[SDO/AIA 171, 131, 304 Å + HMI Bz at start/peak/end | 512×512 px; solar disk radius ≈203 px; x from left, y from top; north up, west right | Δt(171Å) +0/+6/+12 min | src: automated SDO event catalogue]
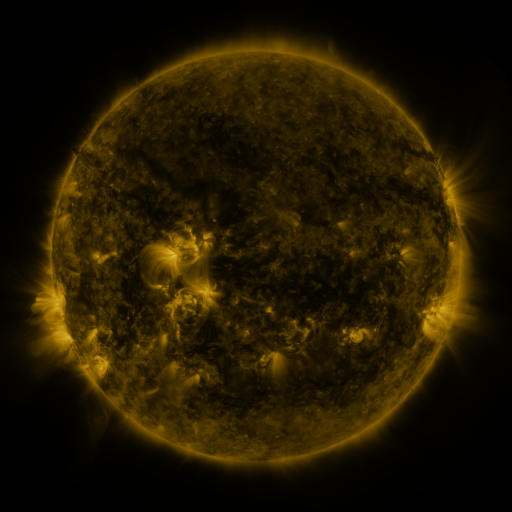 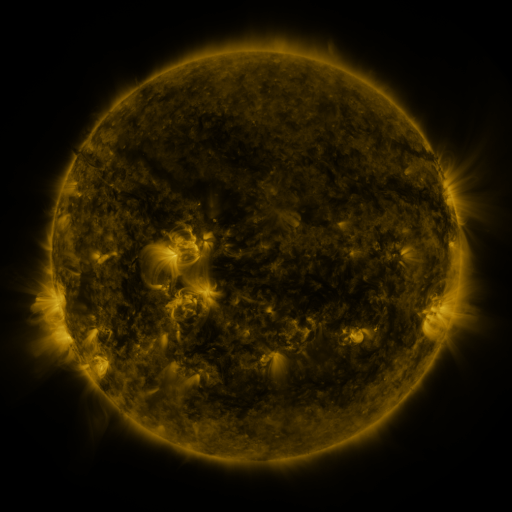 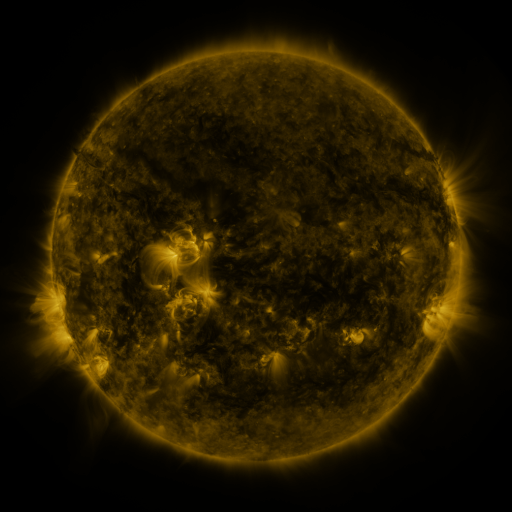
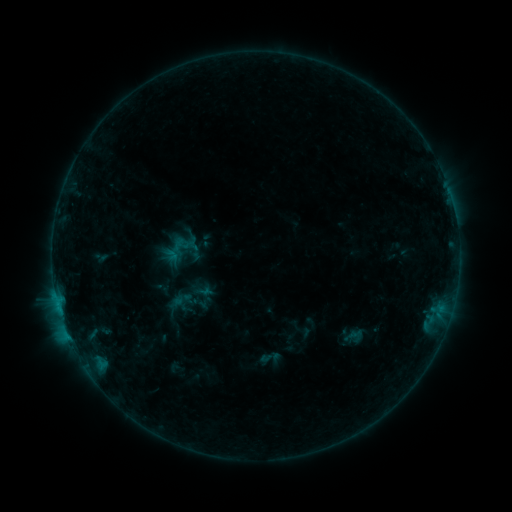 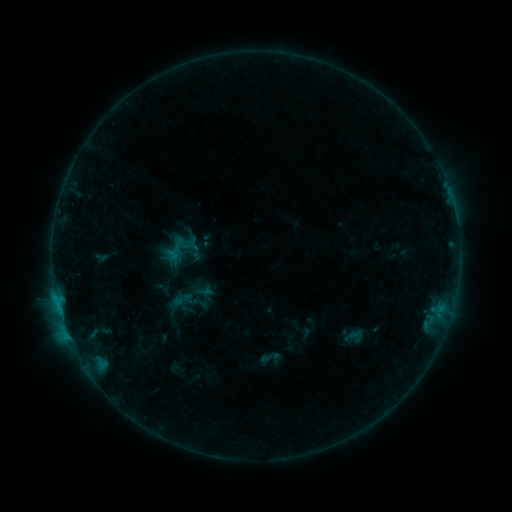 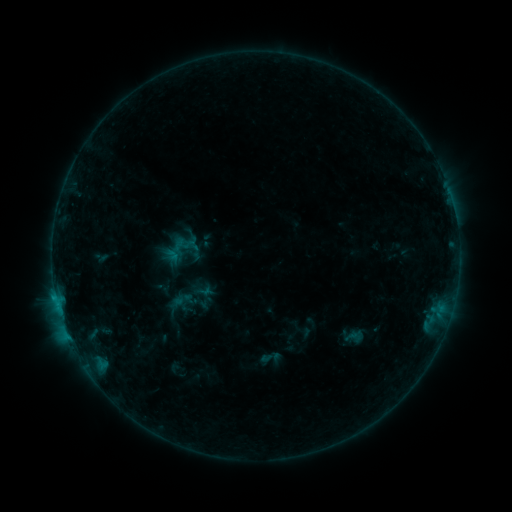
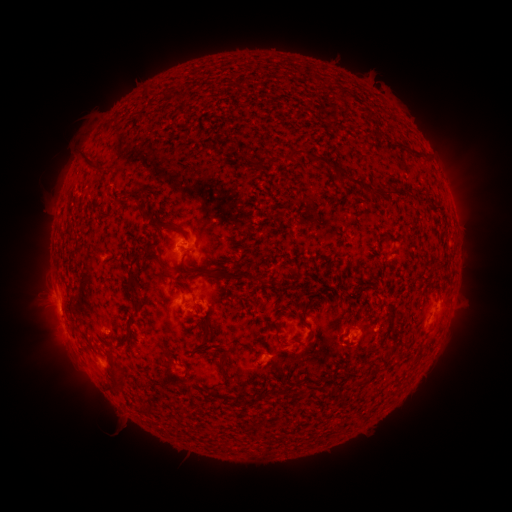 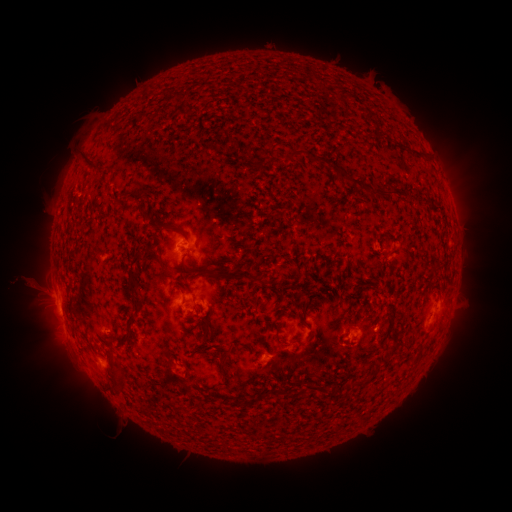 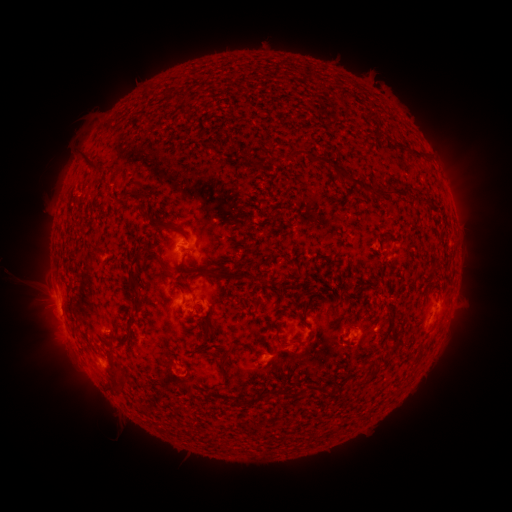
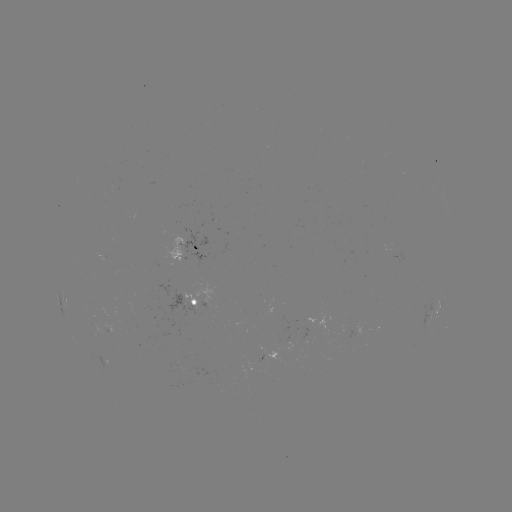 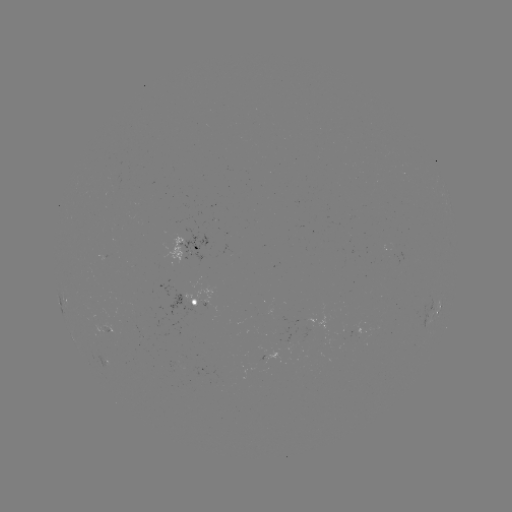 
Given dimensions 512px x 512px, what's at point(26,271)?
eruption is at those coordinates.